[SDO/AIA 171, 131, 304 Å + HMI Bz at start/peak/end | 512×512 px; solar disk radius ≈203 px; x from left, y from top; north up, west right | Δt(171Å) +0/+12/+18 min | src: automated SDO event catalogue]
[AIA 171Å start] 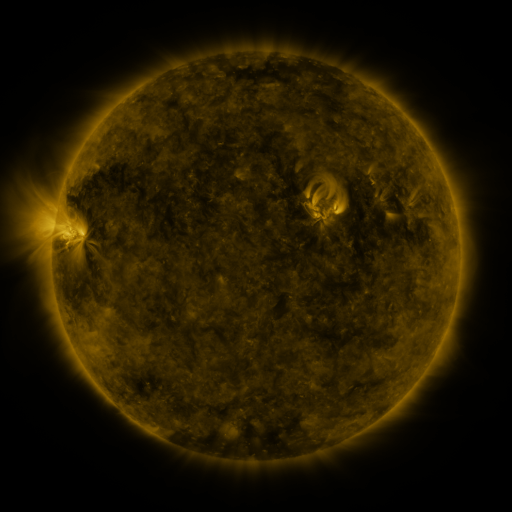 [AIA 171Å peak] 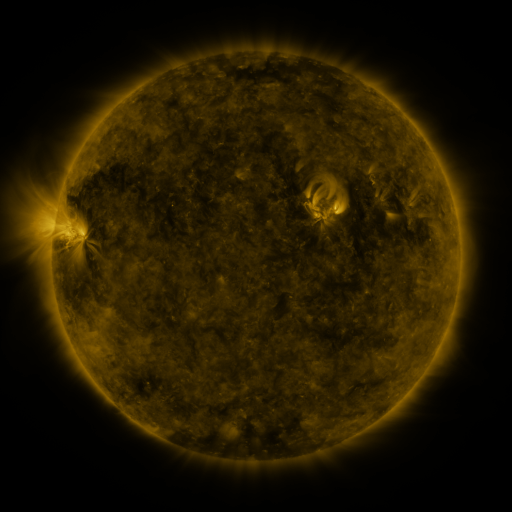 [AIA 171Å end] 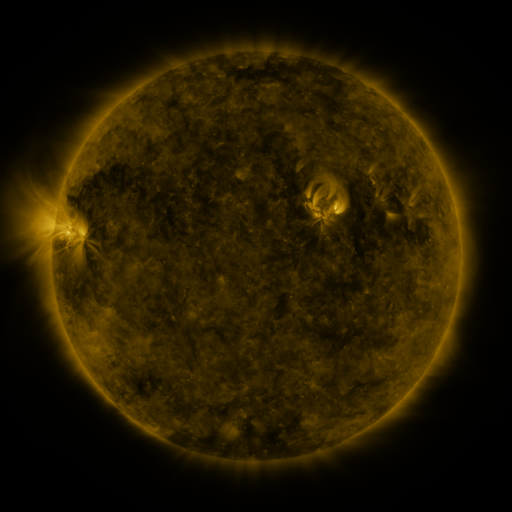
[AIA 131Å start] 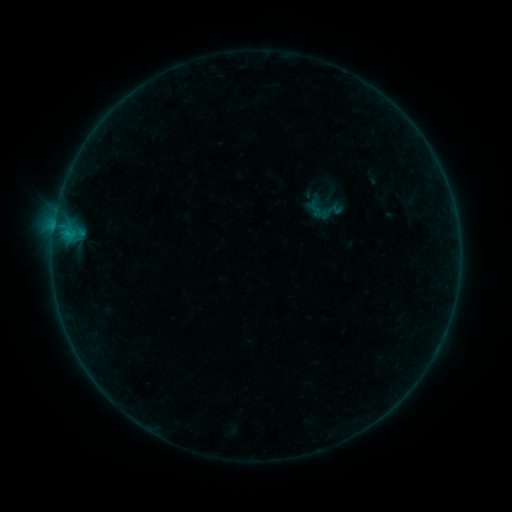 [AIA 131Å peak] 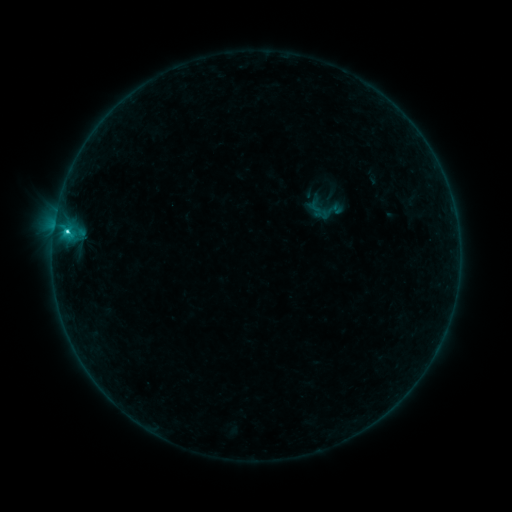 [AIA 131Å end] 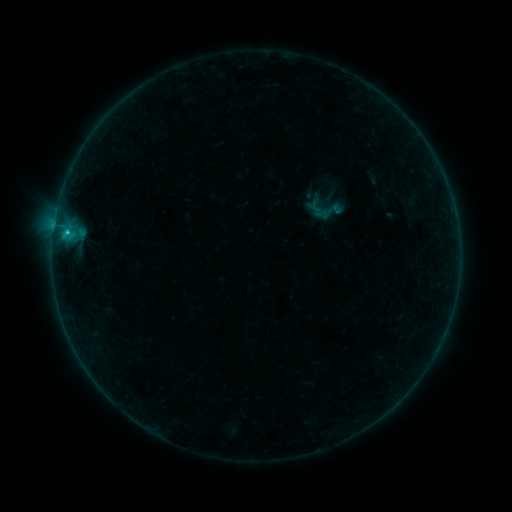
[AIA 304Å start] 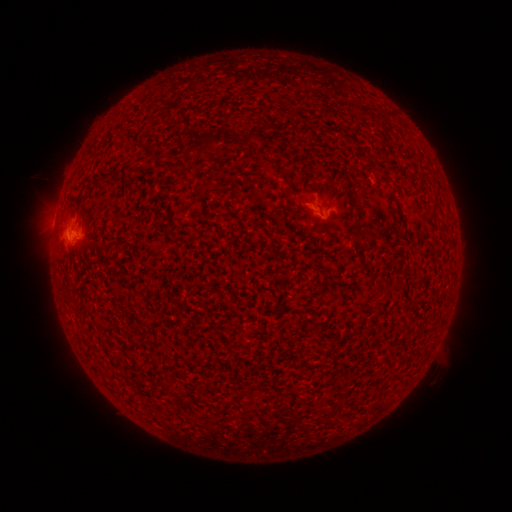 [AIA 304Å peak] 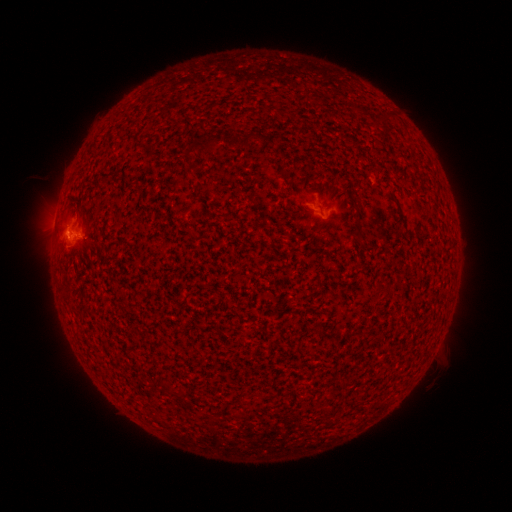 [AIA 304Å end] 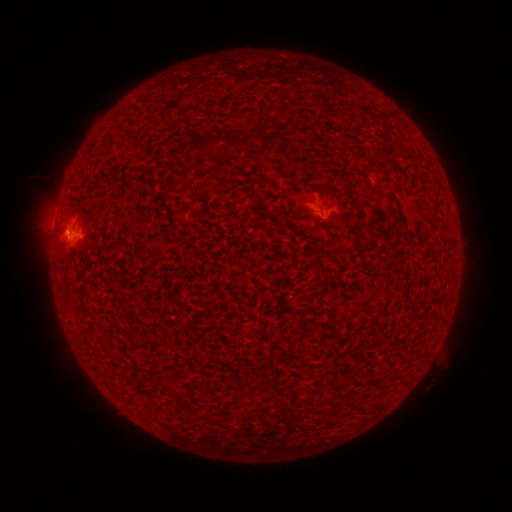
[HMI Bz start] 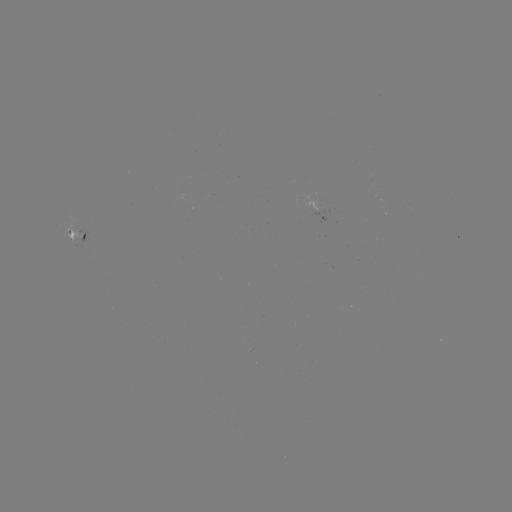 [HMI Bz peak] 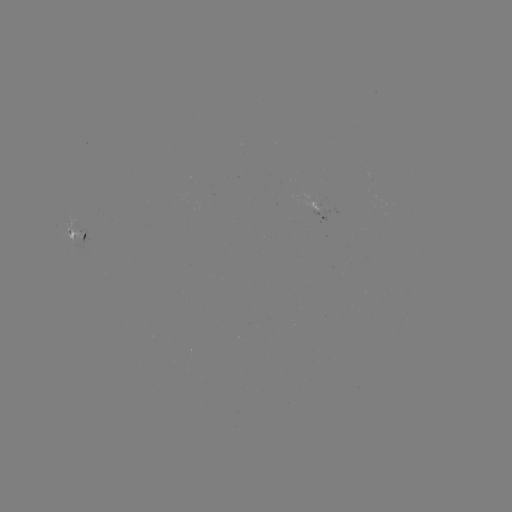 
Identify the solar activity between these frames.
C1.2 flare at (68, 234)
